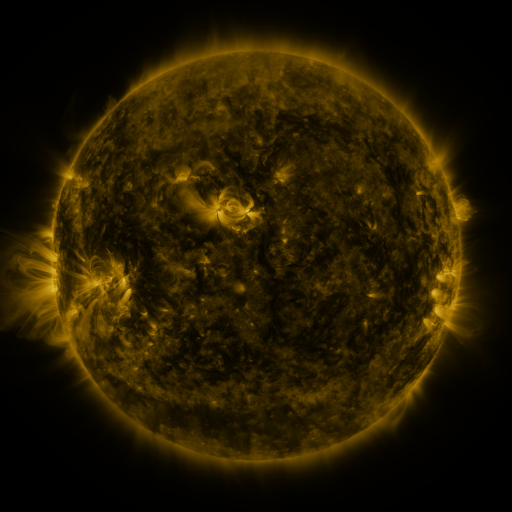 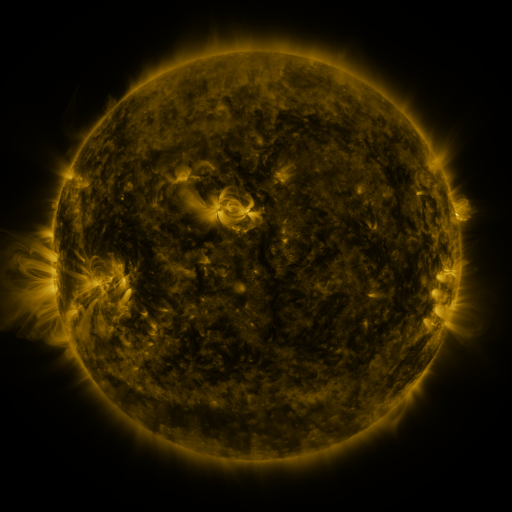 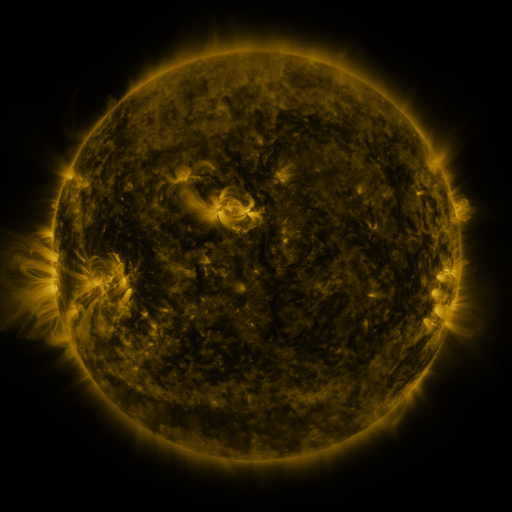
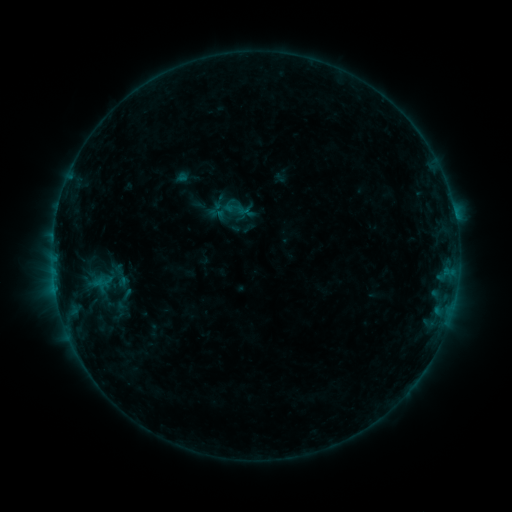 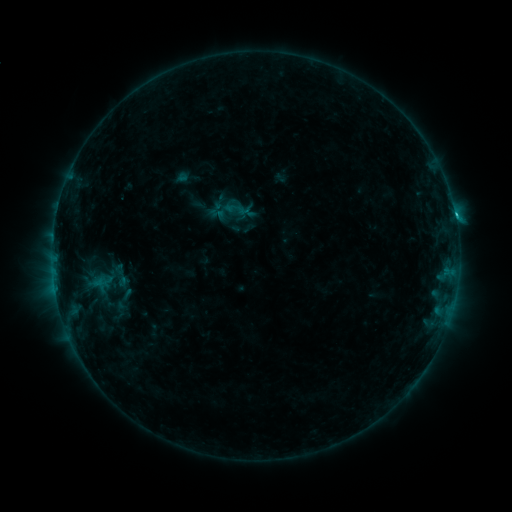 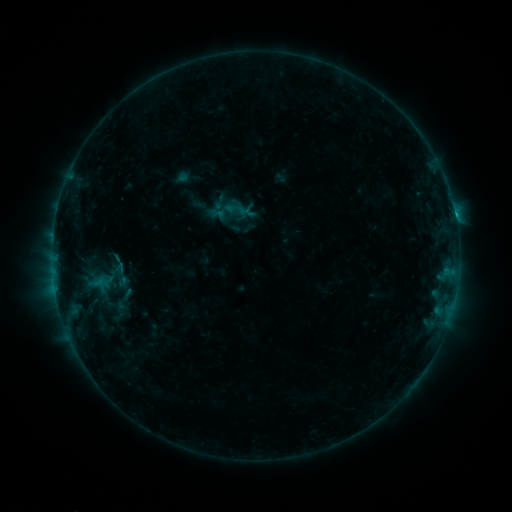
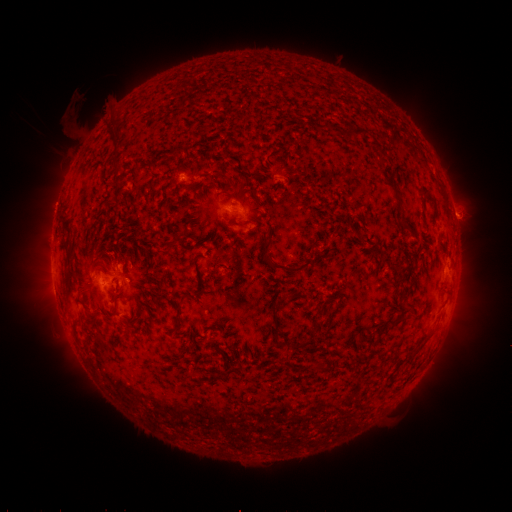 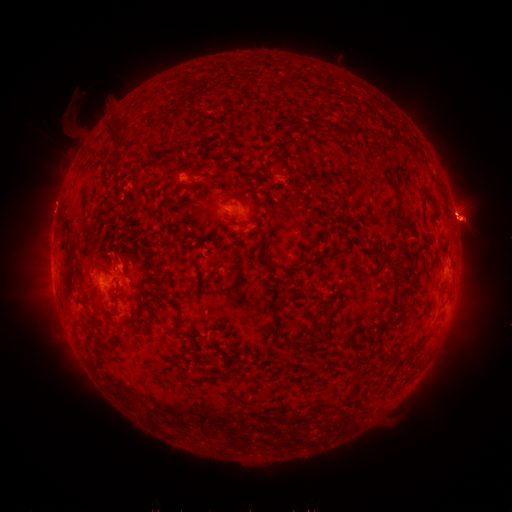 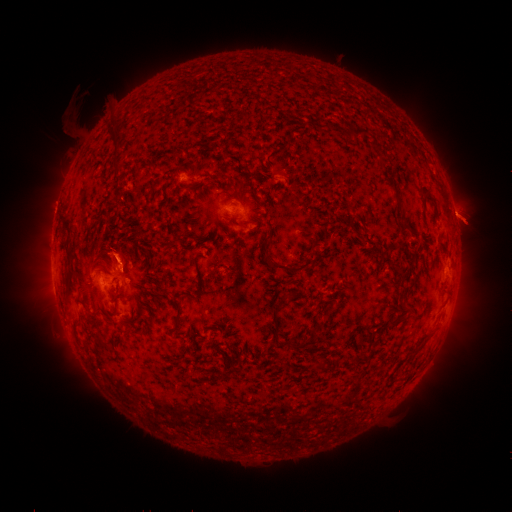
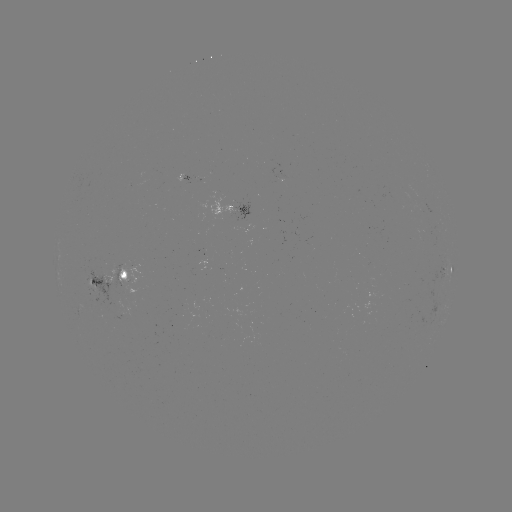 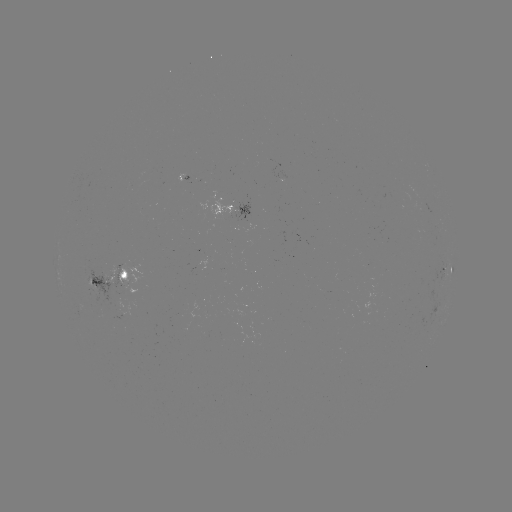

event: flare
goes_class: C1.1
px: (455, 220)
